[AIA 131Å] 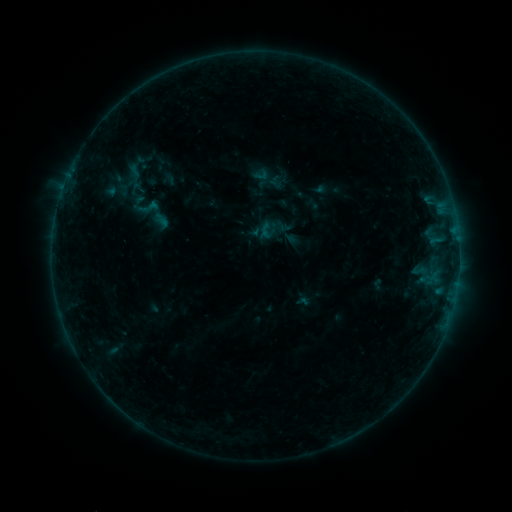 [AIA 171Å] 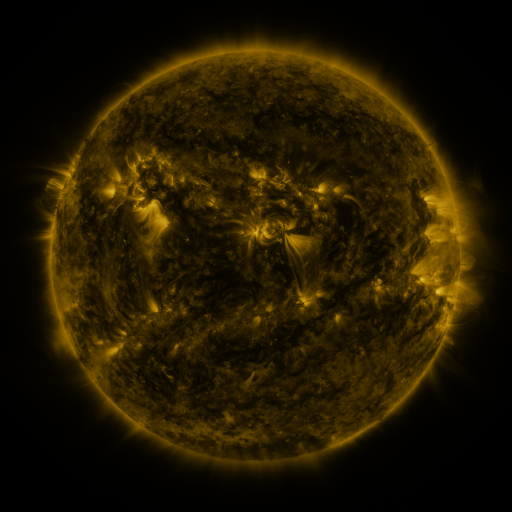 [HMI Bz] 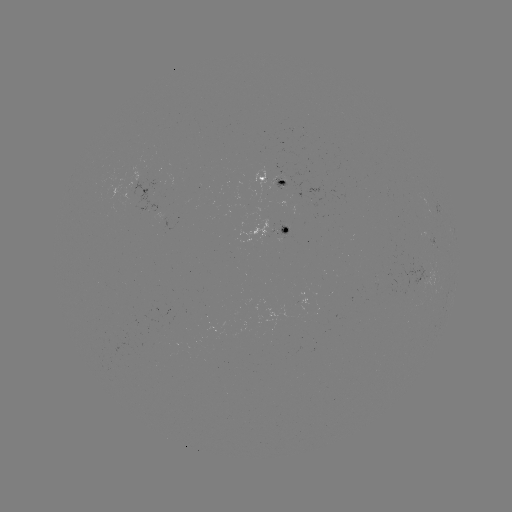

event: sigmoid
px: (148, 207)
